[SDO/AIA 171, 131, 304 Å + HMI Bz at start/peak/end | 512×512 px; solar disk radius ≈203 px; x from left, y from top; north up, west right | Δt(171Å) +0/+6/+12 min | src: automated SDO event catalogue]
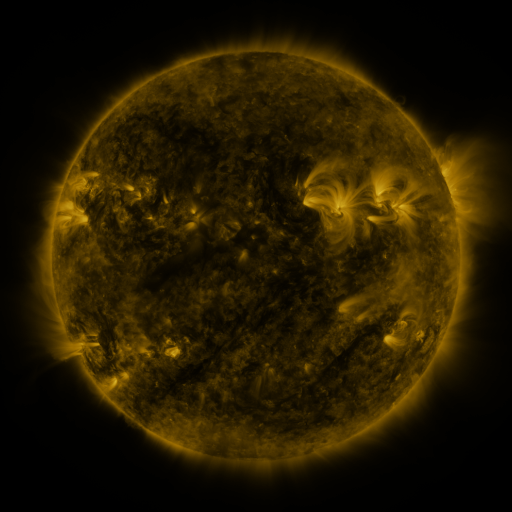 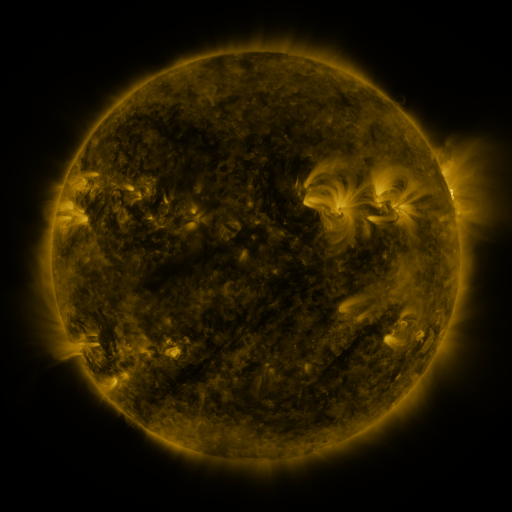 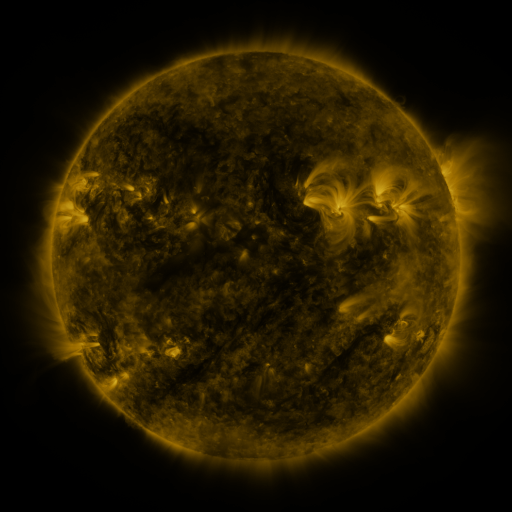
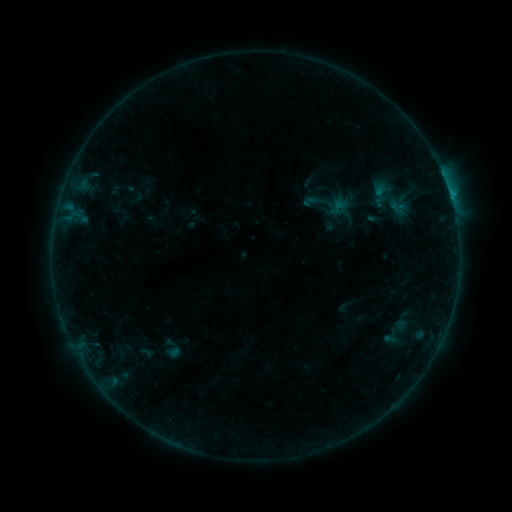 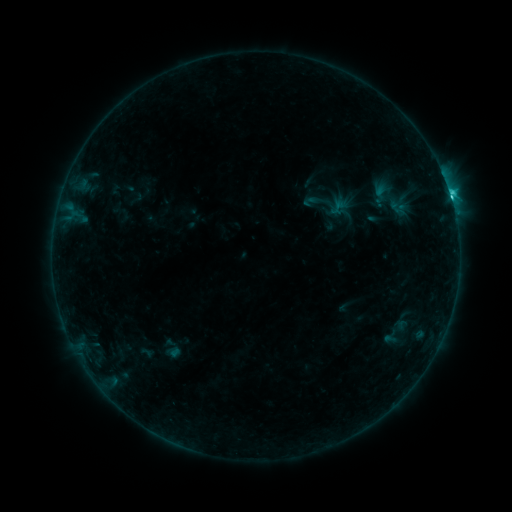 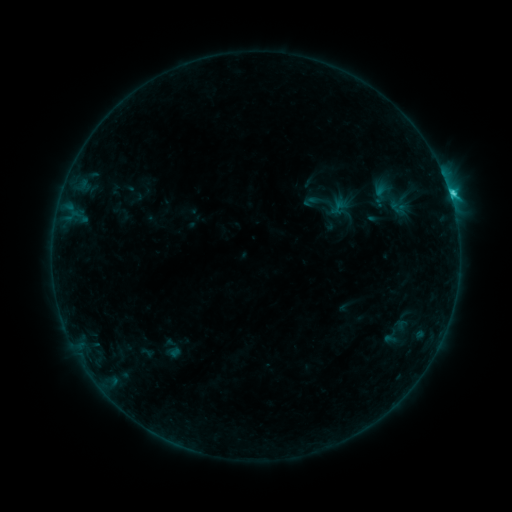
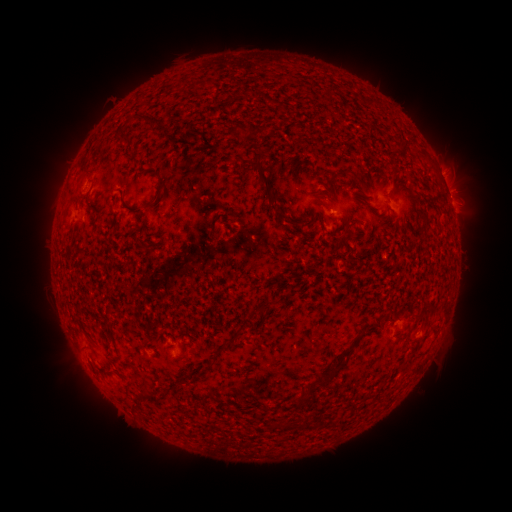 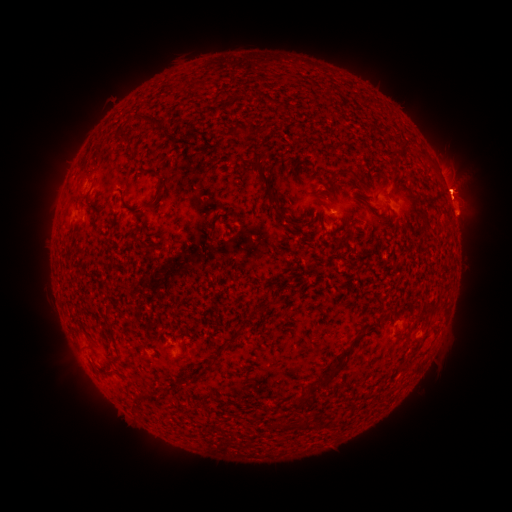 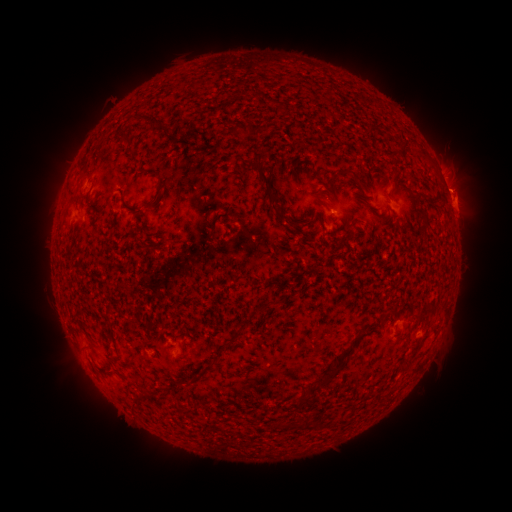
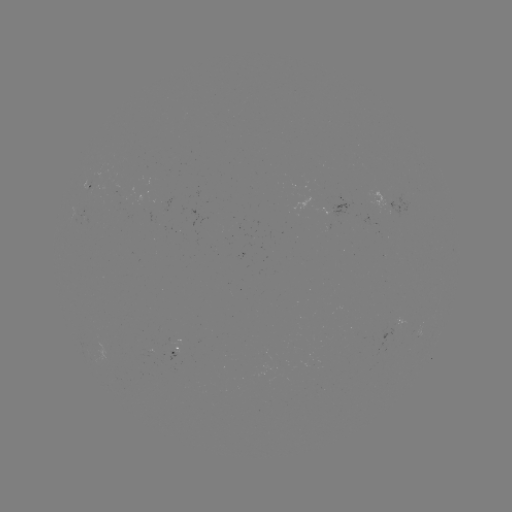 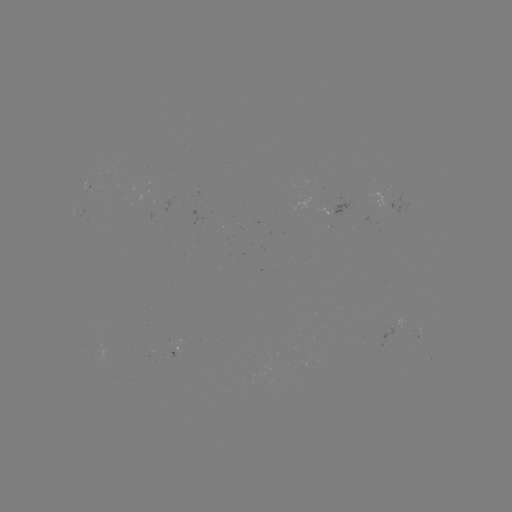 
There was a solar flare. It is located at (451, 201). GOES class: C2.4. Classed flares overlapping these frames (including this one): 2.